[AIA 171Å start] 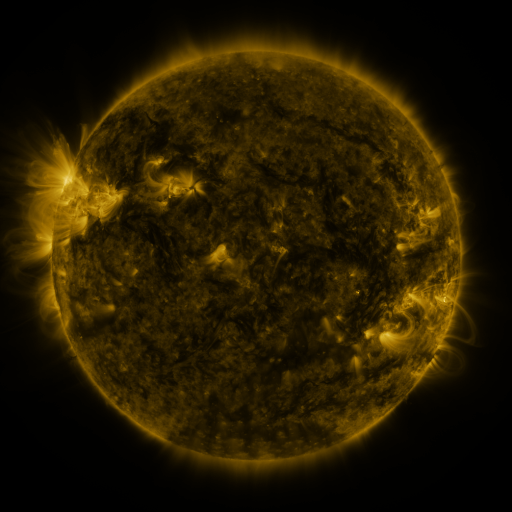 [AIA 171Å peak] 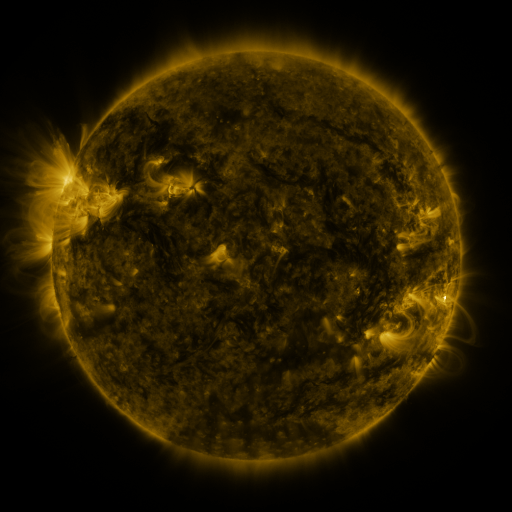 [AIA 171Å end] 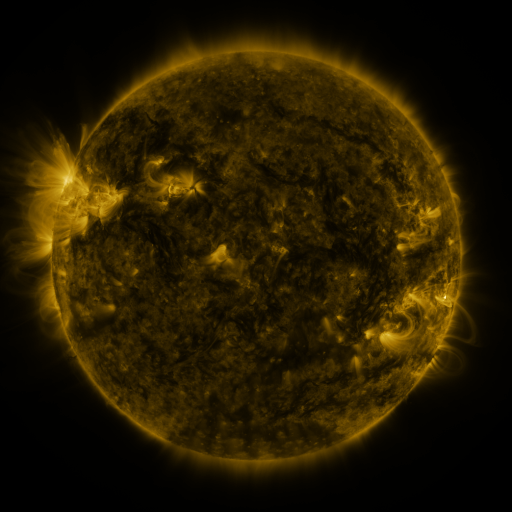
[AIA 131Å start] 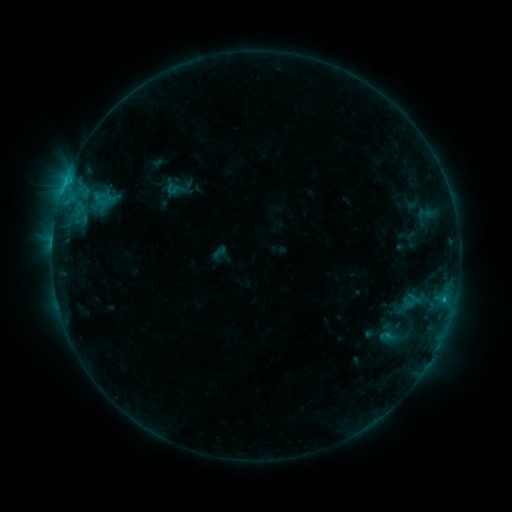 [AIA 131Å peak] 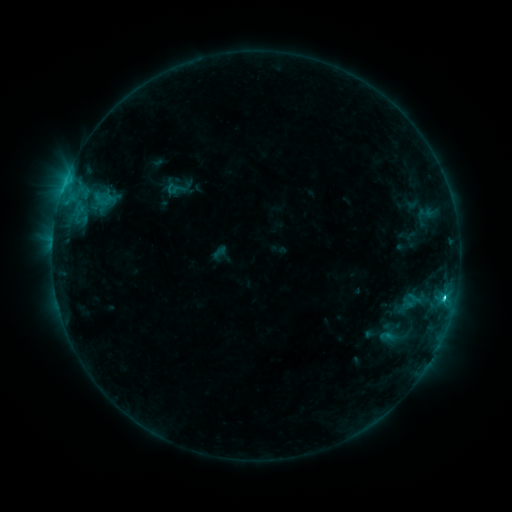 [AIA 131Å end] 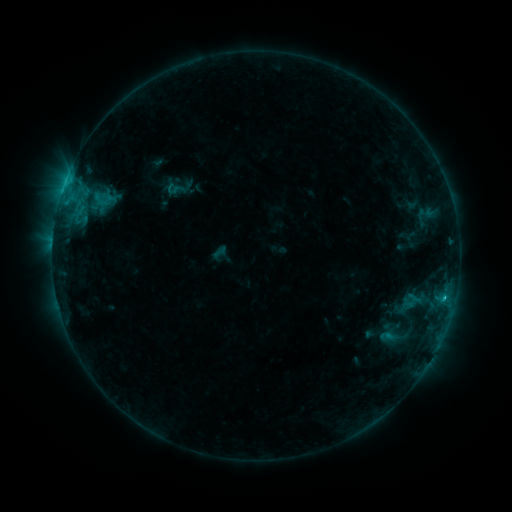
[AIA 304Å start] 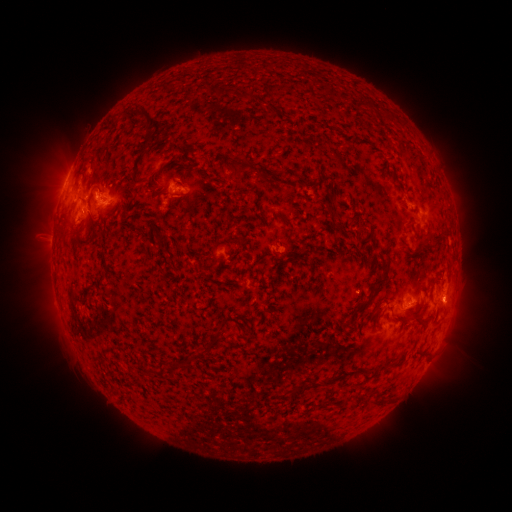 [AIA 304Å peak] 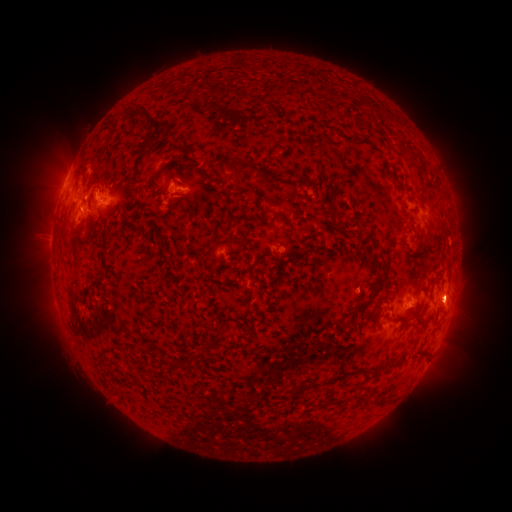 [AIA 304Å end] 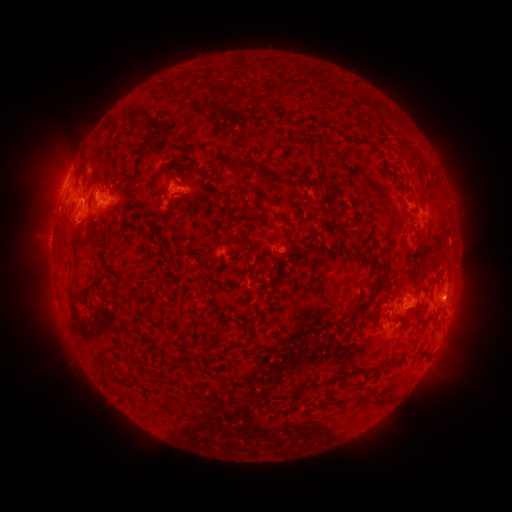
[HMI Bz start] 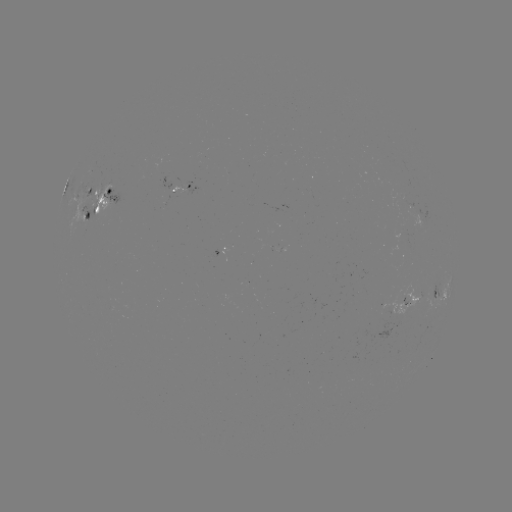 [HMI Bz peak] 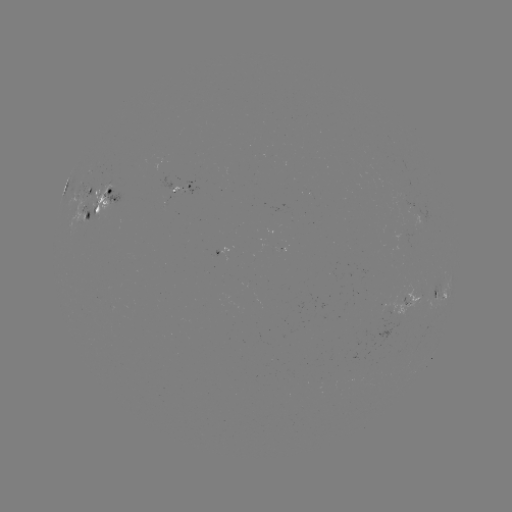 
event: flare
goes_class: C1.9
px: (443, 295)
